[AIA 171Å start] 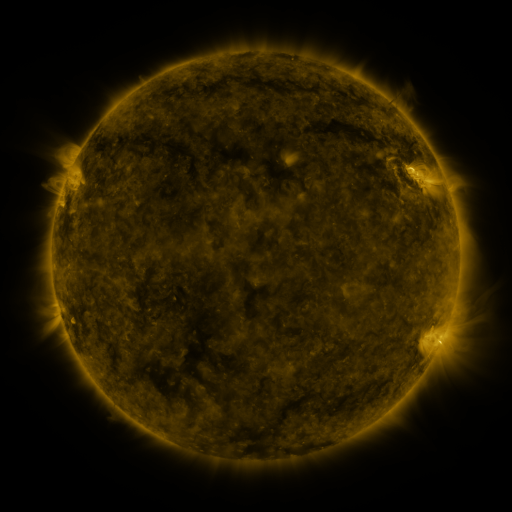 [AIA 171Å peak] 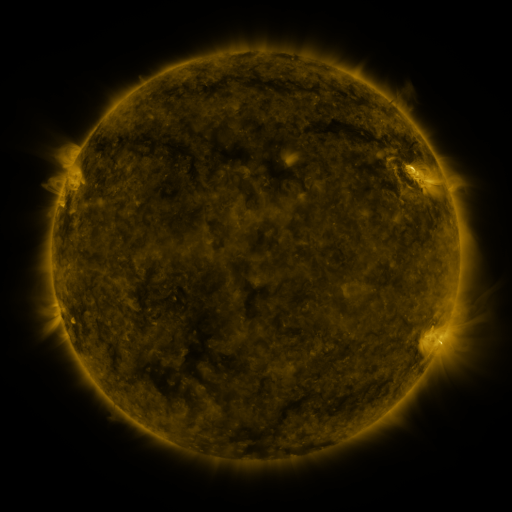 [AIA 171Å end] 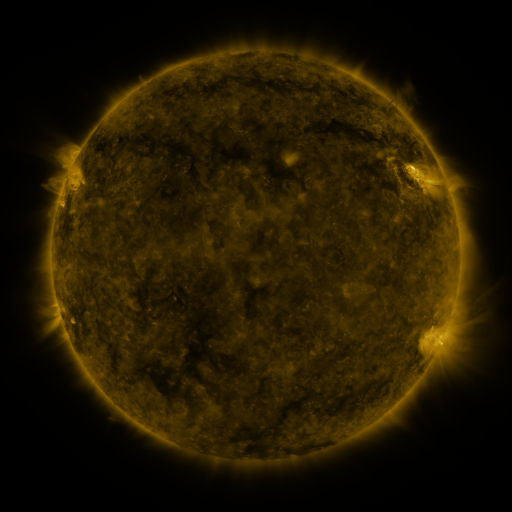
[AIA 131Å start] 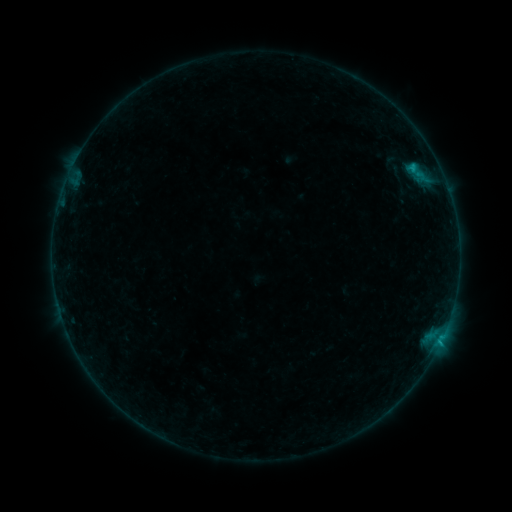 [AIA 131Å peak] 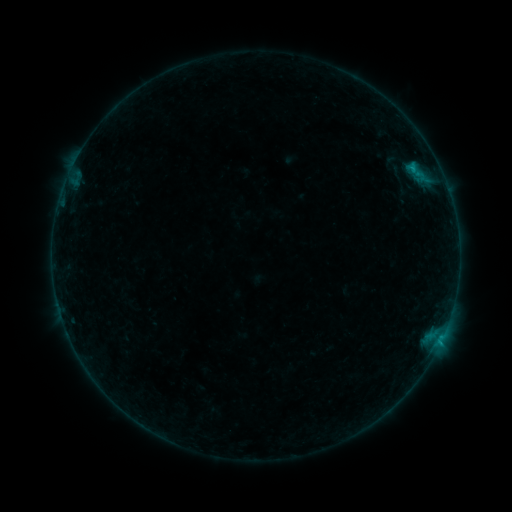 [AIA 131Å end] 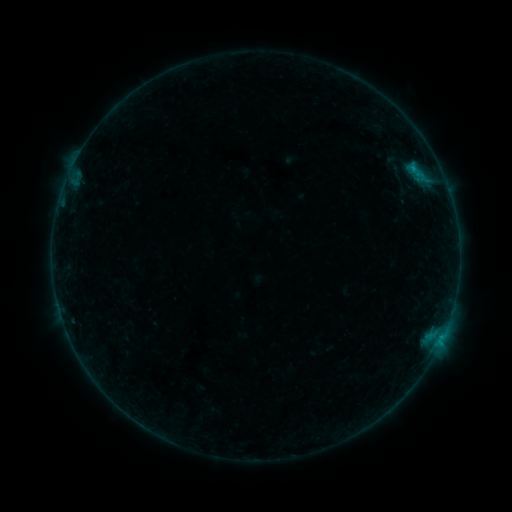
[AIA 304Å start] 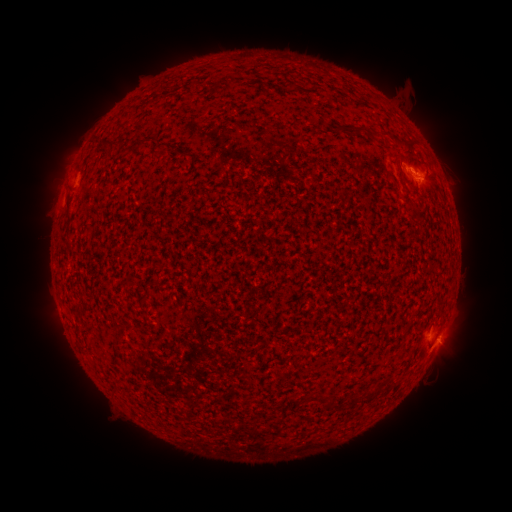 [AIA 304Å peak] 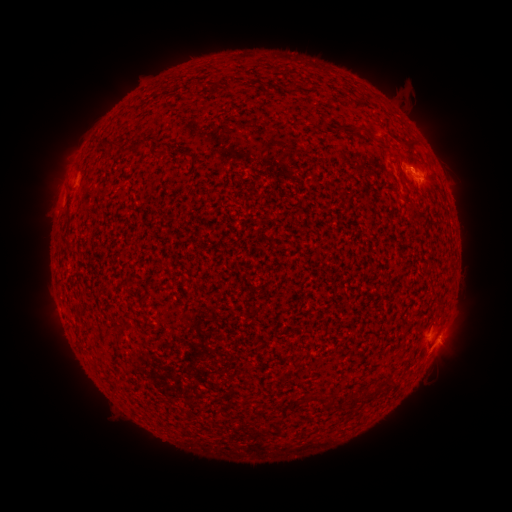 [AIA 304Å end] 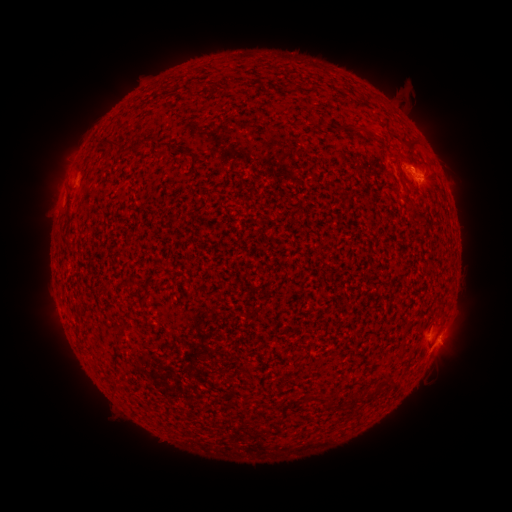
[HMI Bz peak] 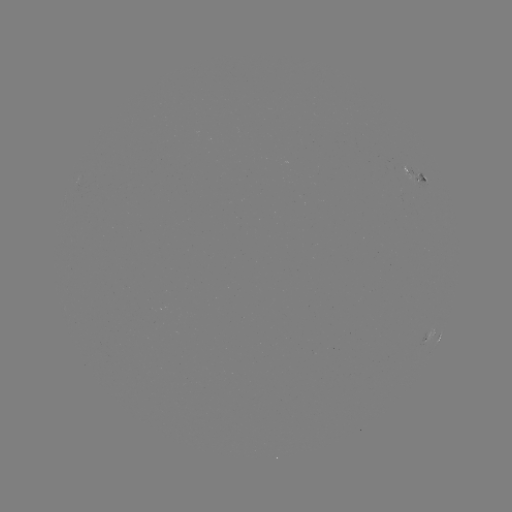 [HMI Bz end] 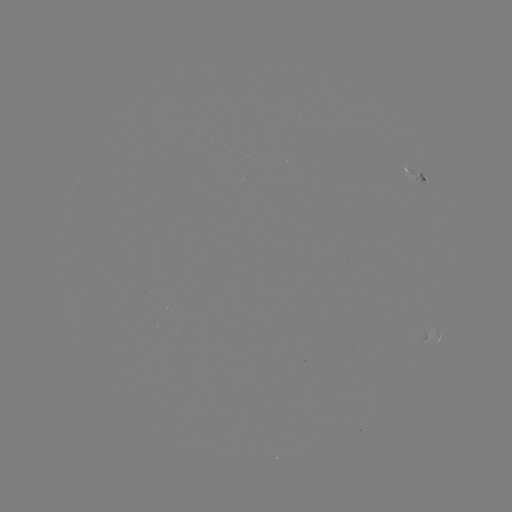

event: eruption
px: (385, 134)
